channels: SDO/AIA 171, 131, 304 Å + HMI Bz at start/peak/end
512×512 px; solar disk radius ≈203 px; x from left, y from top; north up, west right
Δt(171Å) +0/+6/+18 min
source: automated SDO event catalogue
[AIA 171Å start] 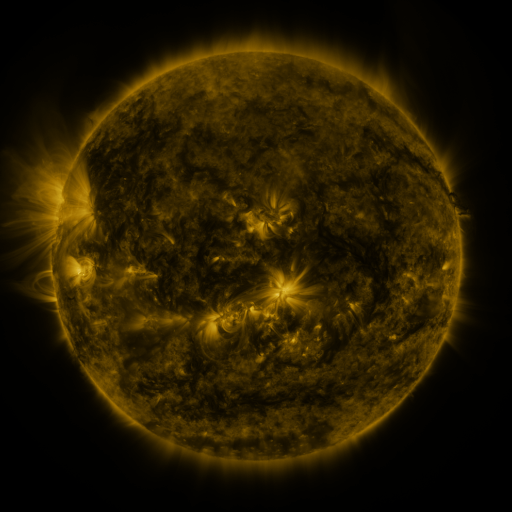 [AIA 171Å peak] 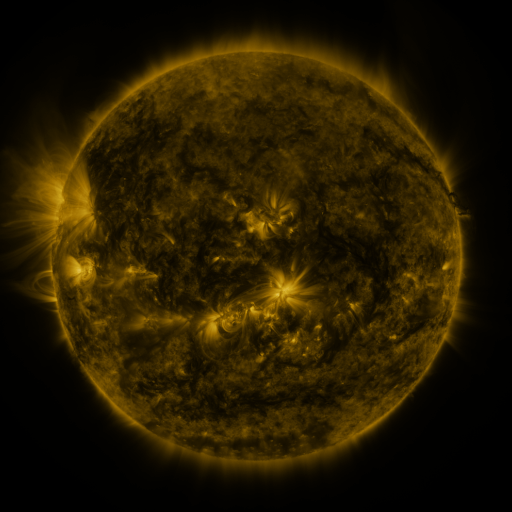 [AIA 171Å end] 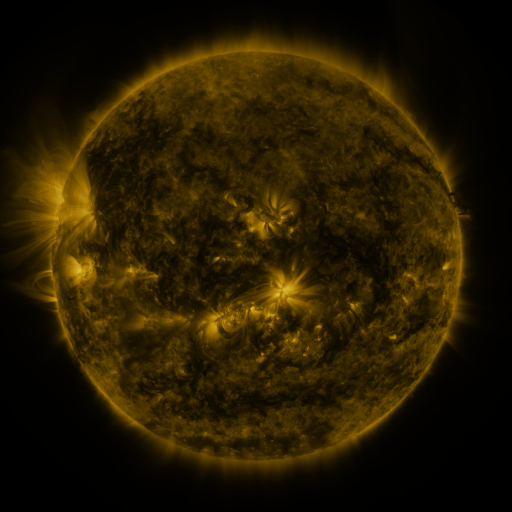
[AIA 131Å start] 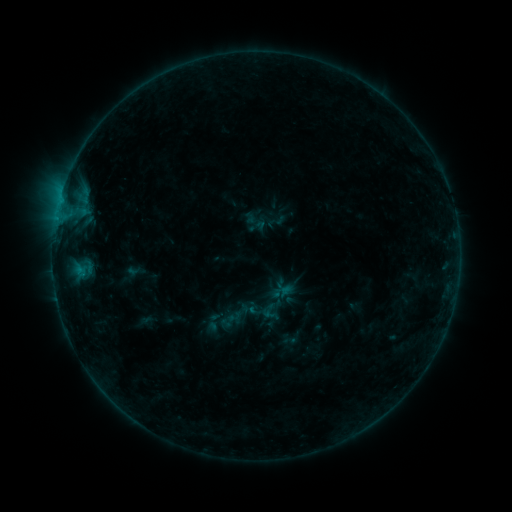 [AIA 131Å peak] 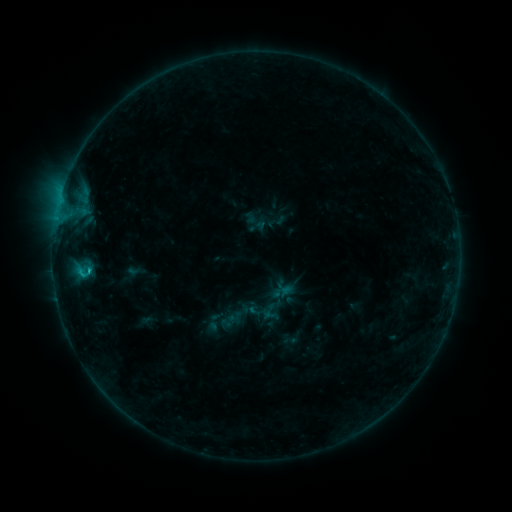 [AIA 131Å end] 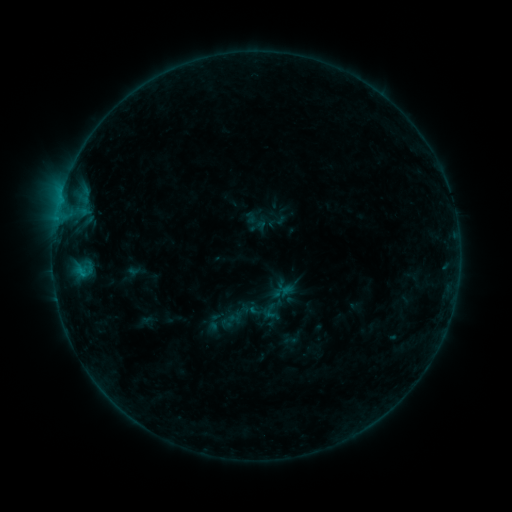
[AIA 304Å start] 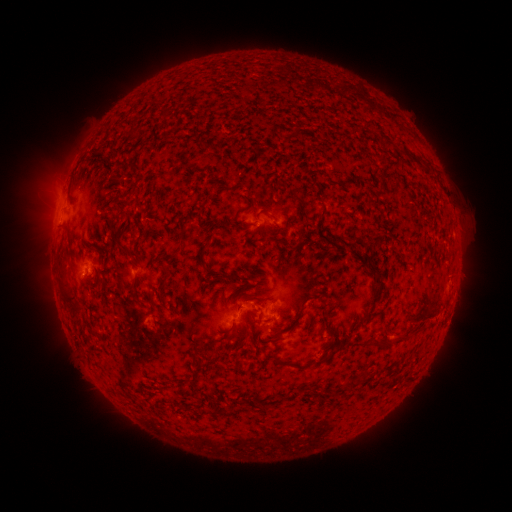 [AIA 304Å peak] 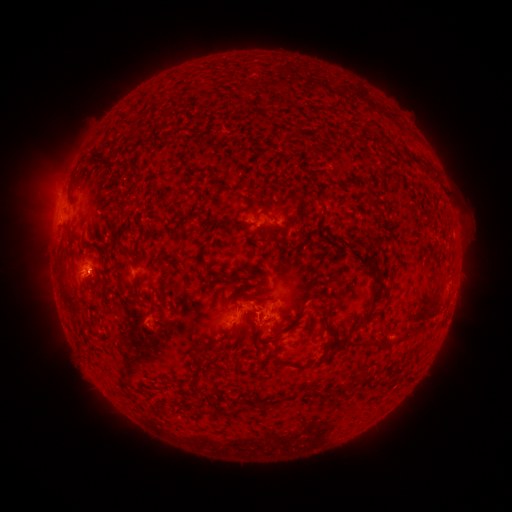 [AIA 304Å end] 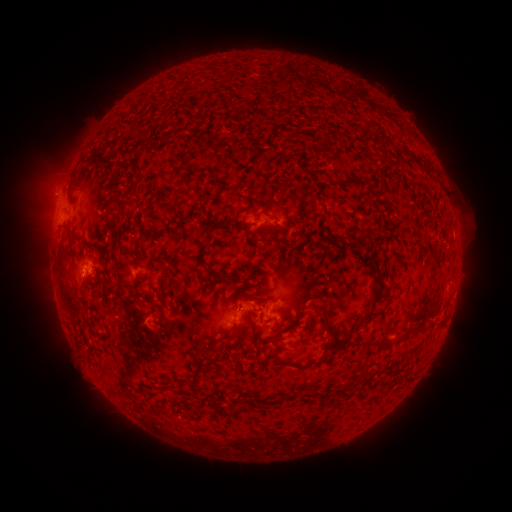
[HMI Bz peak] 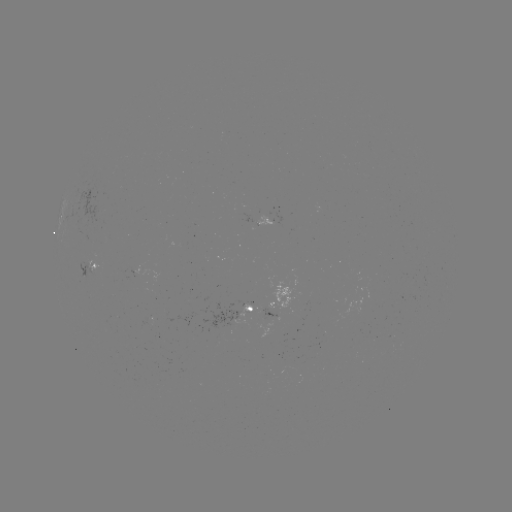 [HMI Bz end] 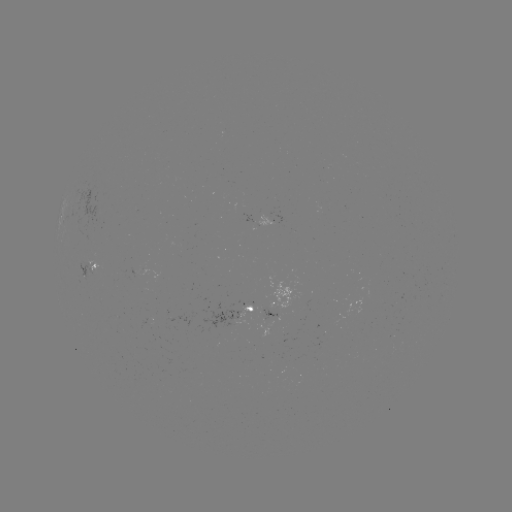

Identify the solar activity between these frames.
B6.4 flare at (89, 269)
